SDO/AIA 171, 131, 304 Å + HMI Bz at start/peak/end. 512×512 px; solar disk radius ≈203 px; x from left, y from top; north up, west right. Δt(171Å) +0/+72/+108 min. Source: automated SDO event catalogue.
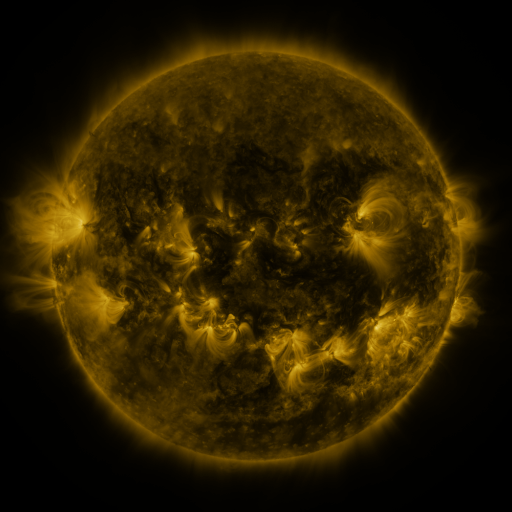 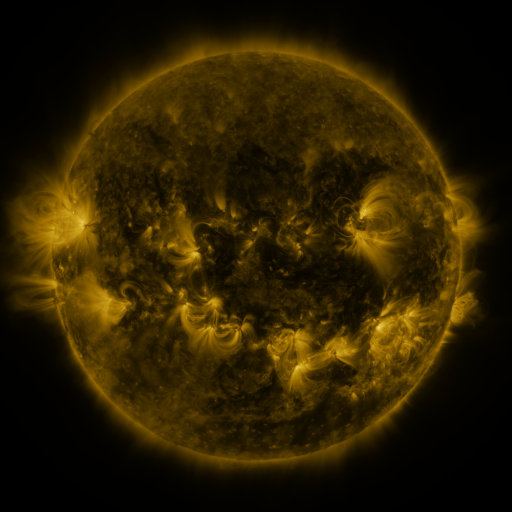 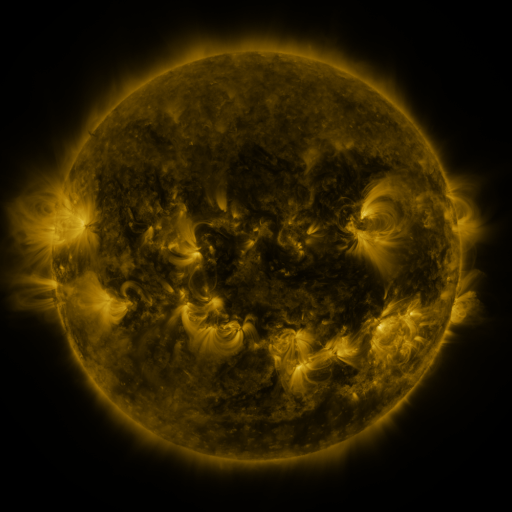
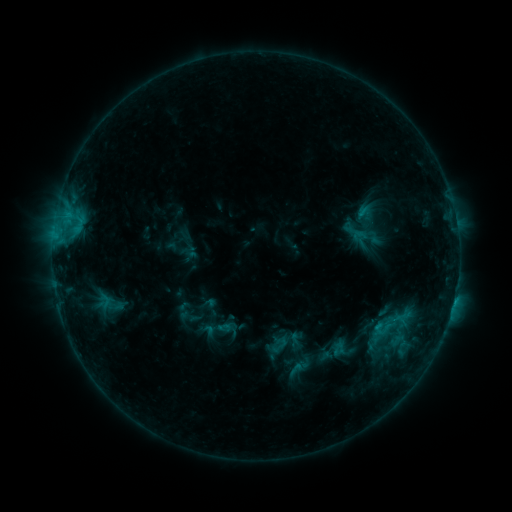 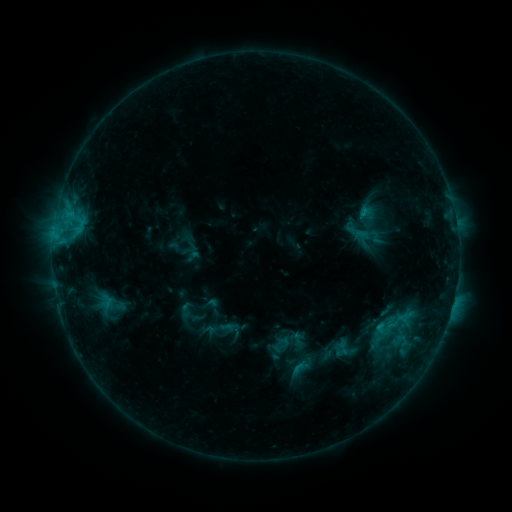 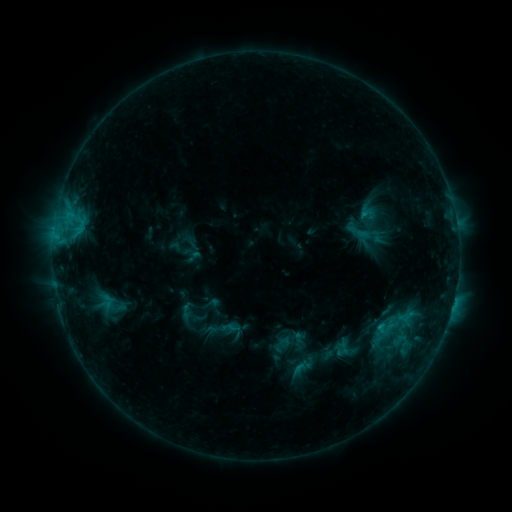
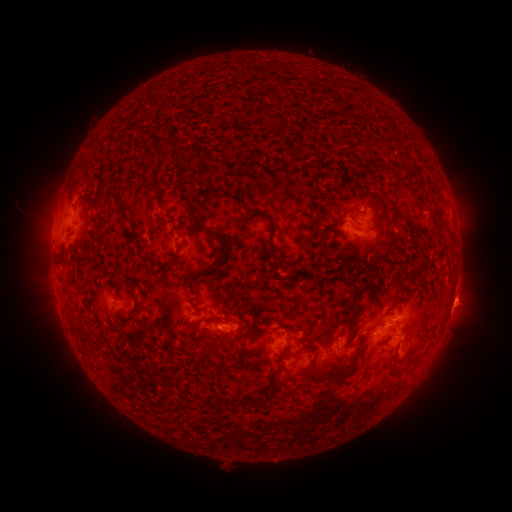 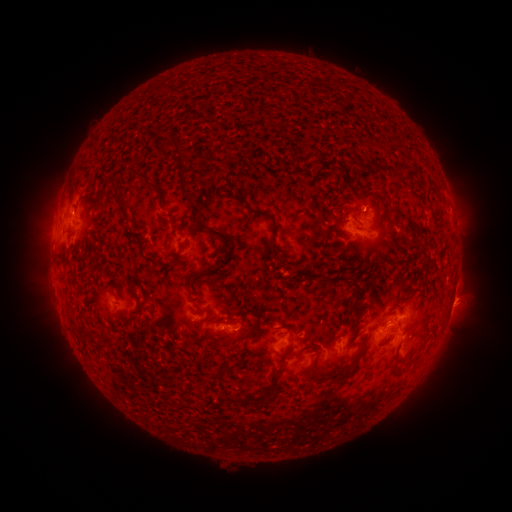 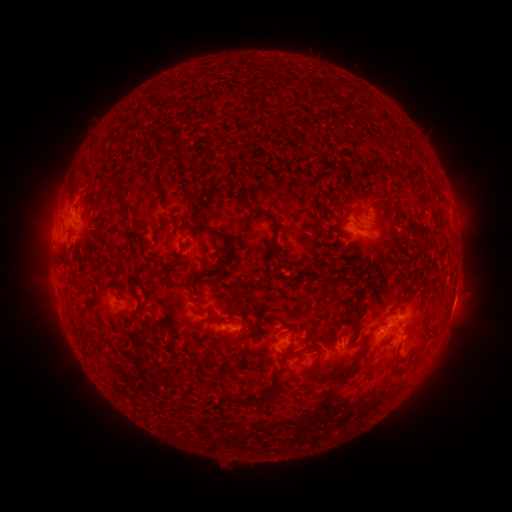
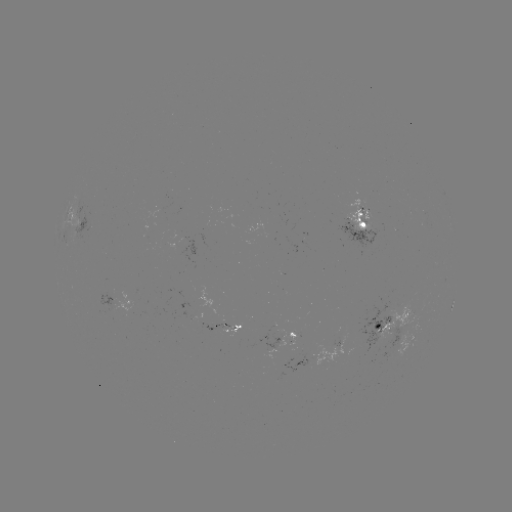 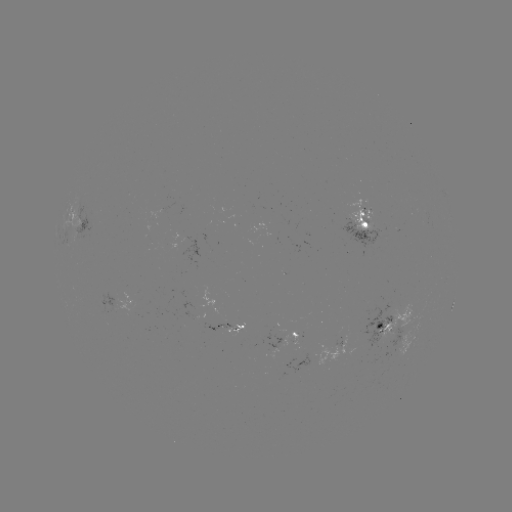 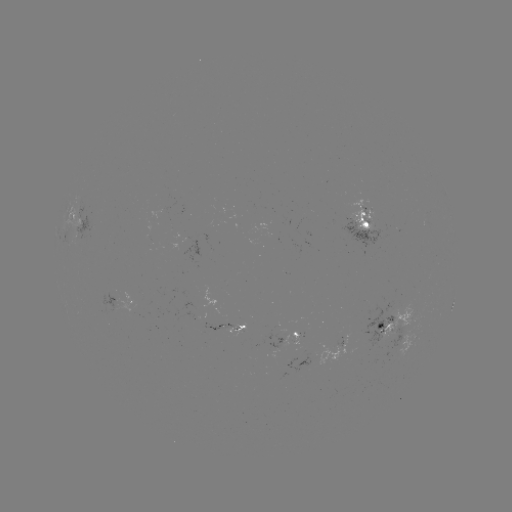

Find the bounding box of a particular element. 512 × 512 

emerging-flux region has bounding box [171, 300, 204, 320].